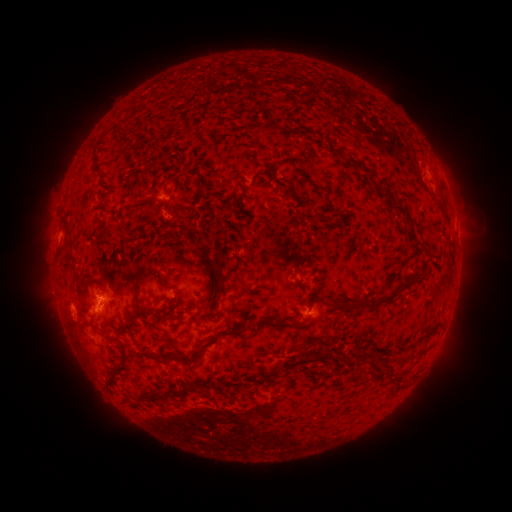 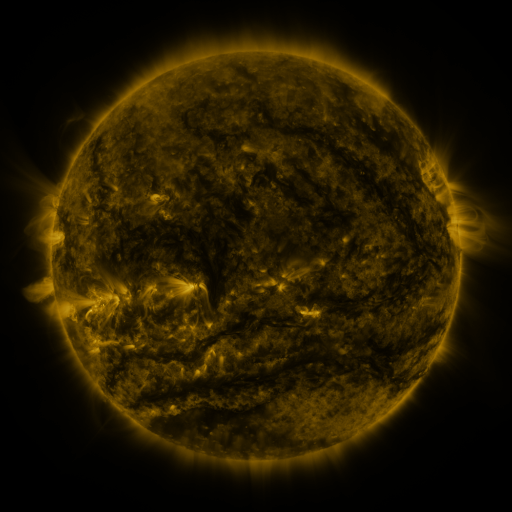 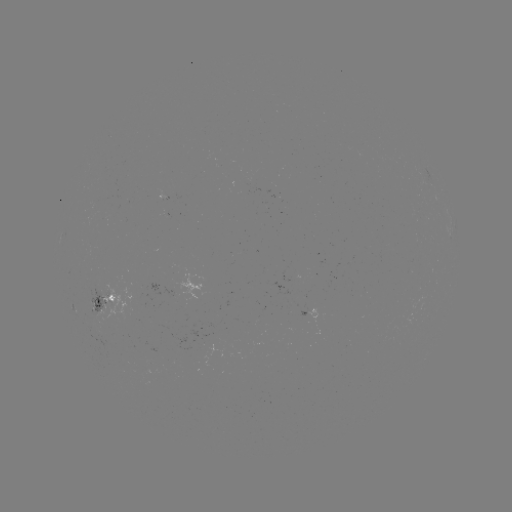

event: spotted active region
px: (100, 300)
